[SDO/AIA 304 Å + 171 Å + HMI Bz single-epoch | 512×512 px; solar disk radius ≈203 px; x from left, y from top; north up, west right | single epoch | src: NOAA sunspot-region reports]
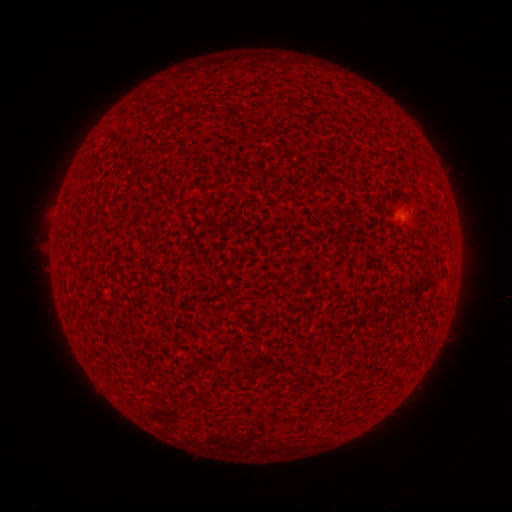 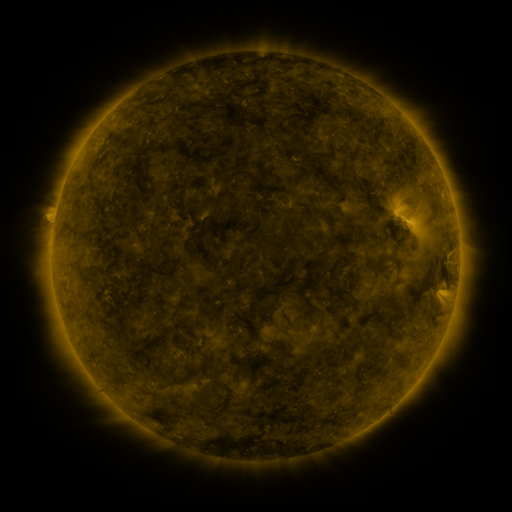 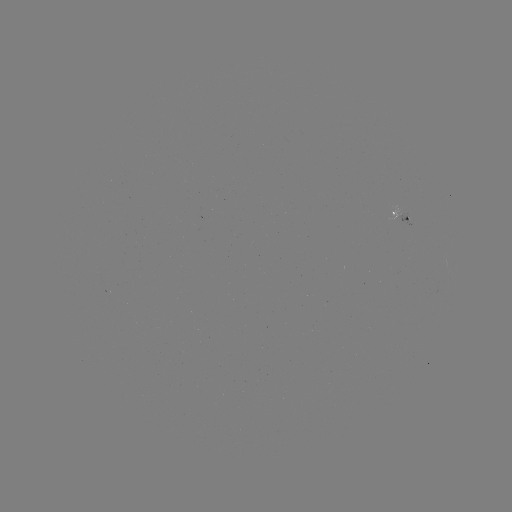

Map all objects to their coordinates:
spotted active region: (403, 216)
